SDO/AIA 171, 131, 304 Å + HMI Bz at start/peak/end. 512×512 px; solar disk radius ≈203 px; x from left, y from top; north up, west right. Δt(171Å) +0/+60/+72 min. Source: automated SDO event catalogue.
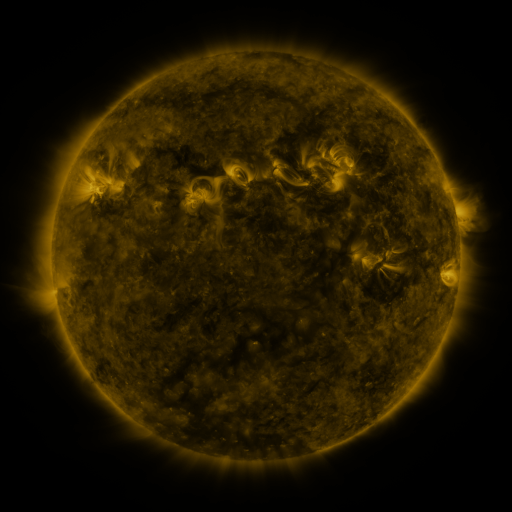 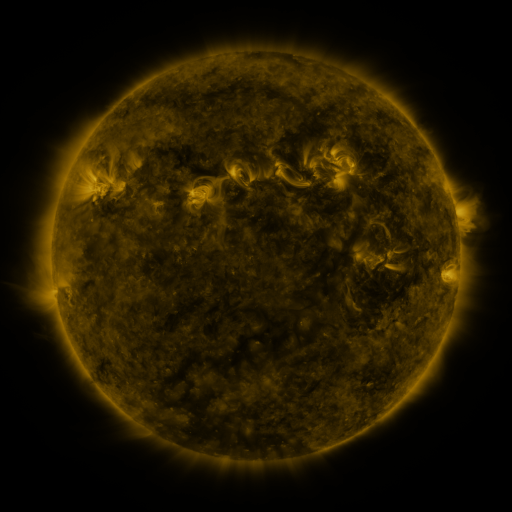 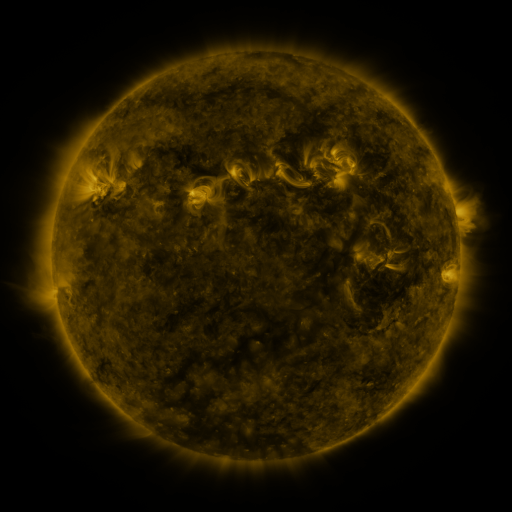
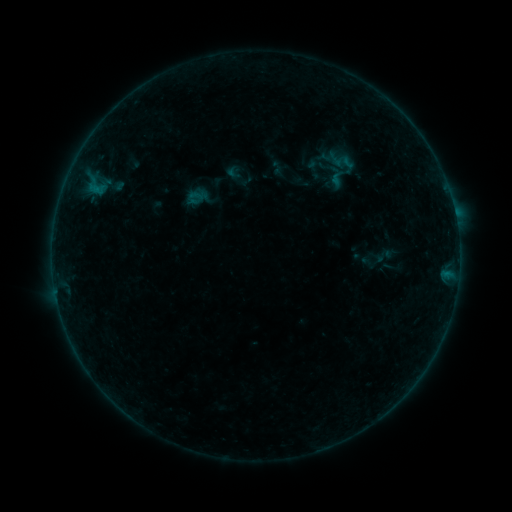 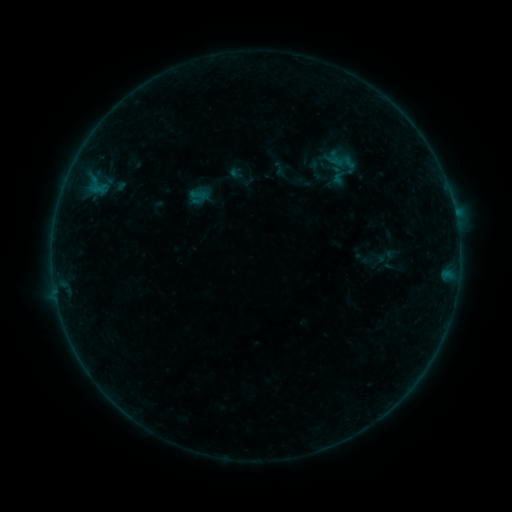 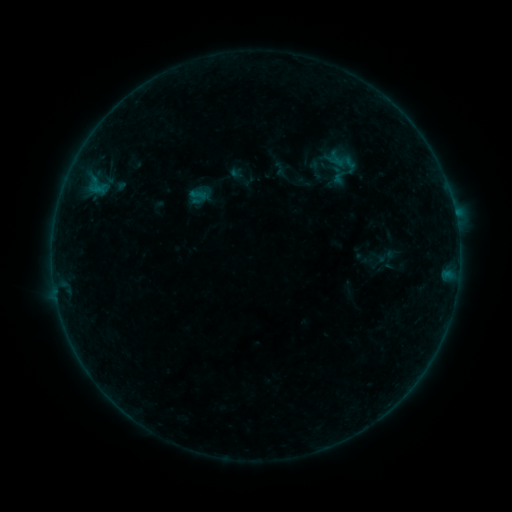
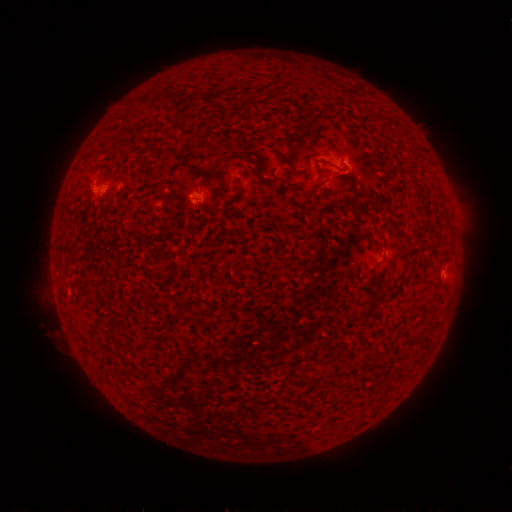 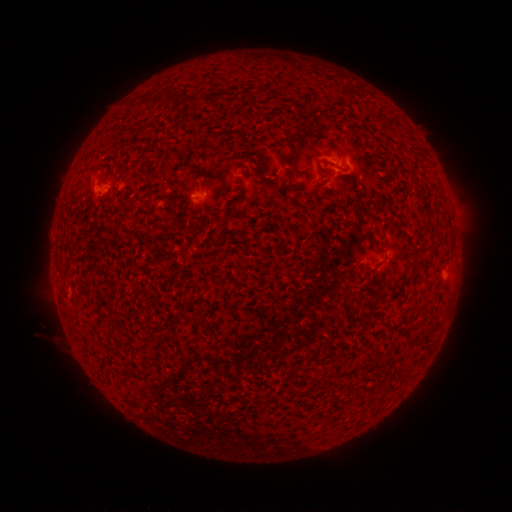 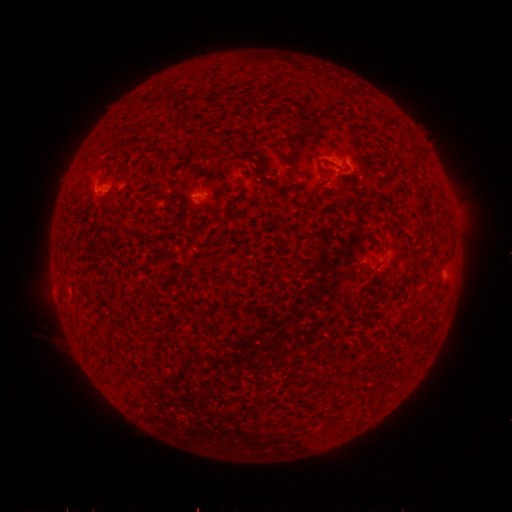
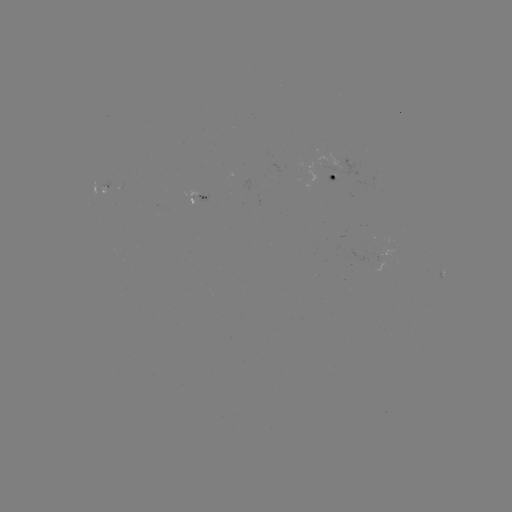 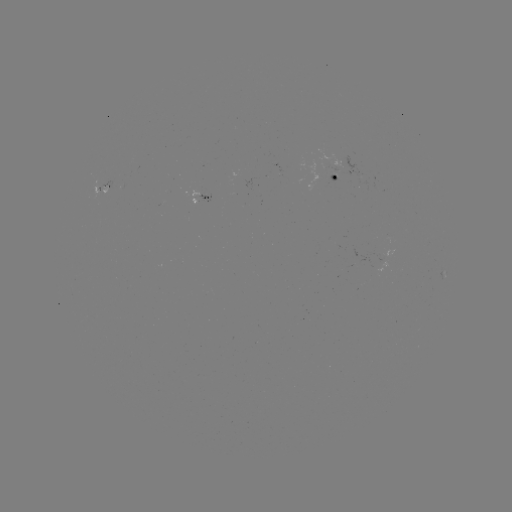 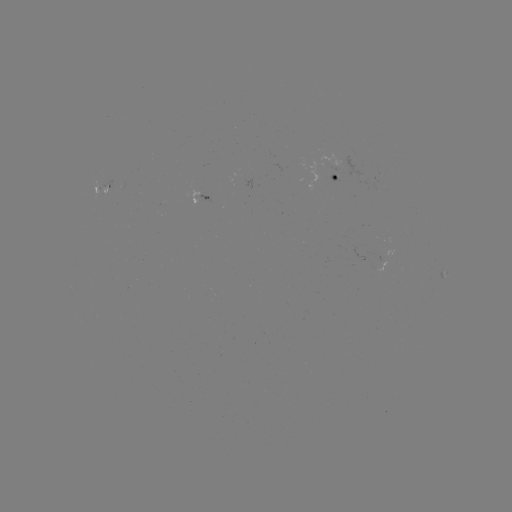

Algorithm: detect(emerging-flux region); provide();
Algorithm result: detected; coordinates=97,189